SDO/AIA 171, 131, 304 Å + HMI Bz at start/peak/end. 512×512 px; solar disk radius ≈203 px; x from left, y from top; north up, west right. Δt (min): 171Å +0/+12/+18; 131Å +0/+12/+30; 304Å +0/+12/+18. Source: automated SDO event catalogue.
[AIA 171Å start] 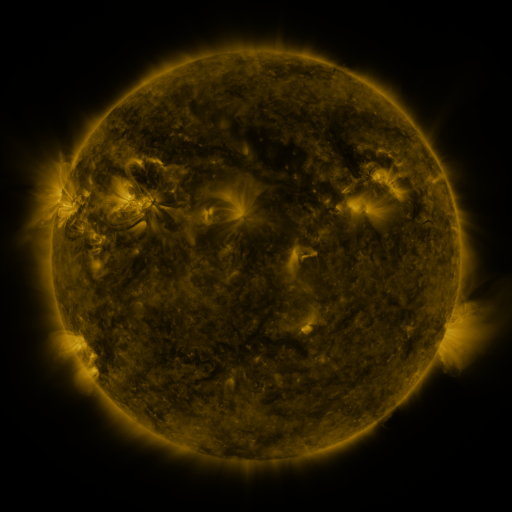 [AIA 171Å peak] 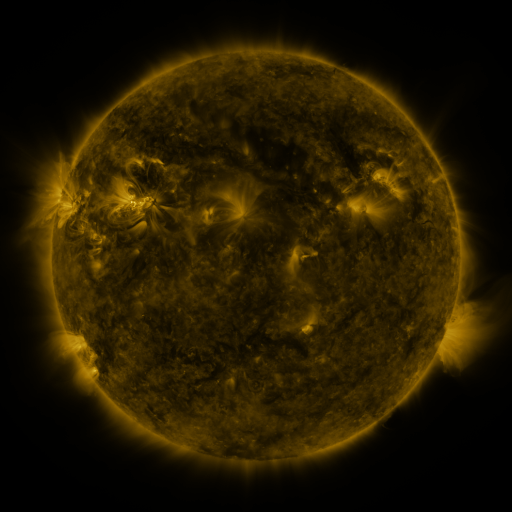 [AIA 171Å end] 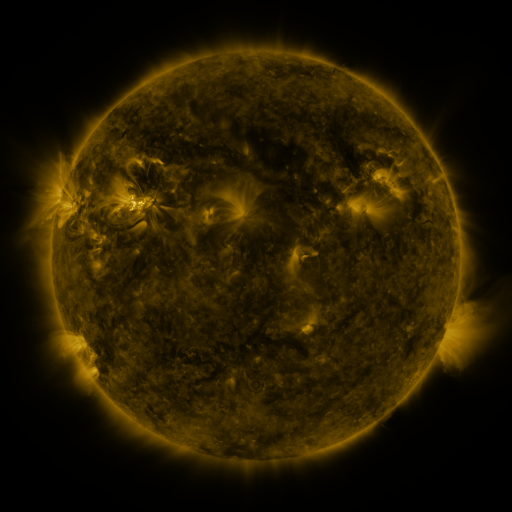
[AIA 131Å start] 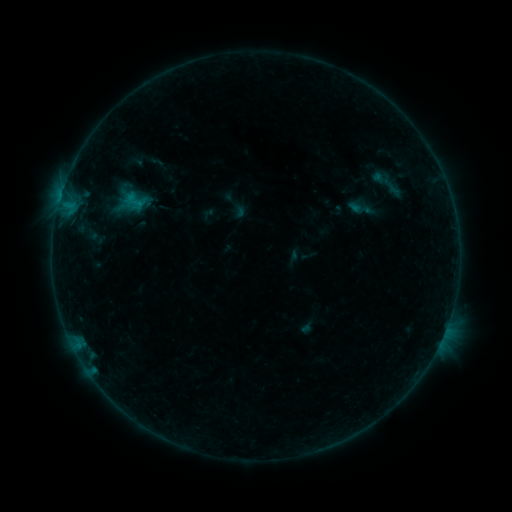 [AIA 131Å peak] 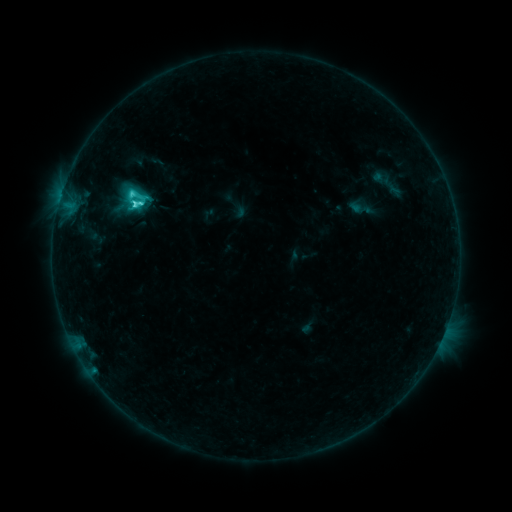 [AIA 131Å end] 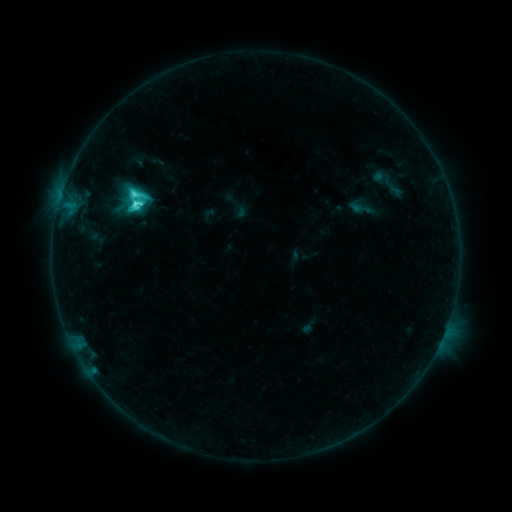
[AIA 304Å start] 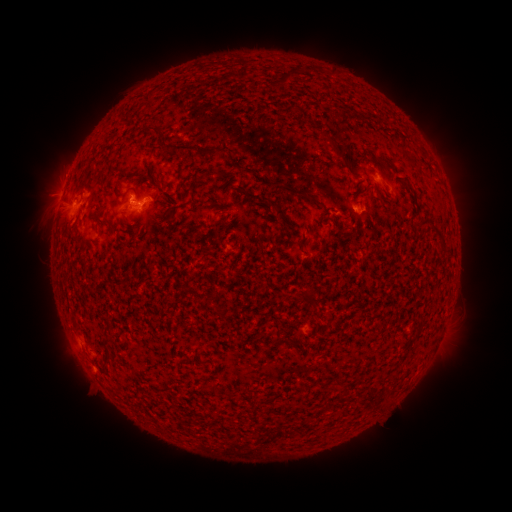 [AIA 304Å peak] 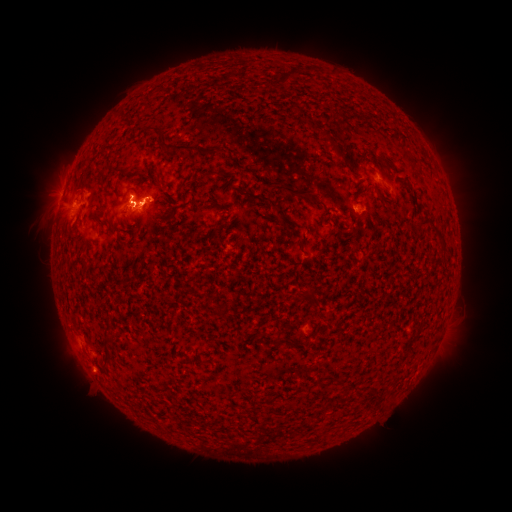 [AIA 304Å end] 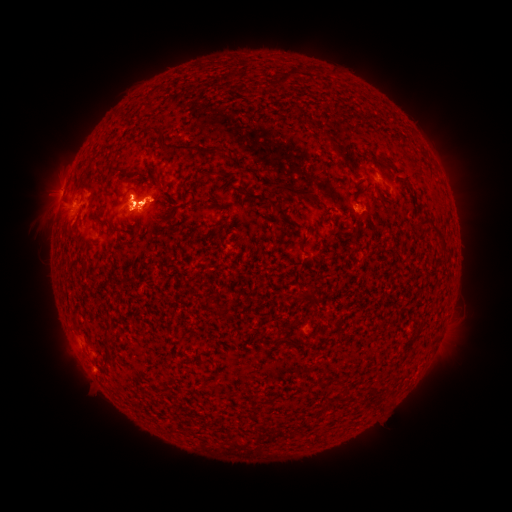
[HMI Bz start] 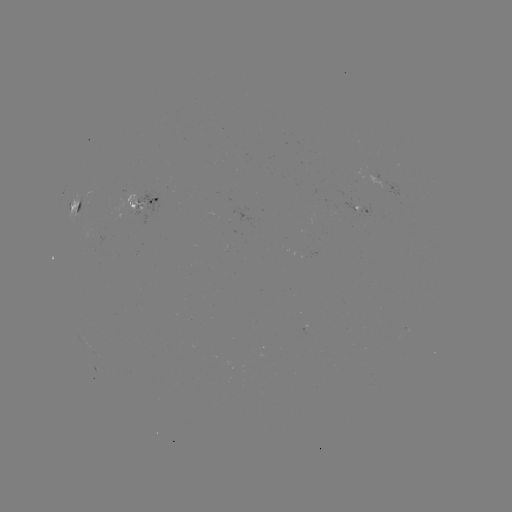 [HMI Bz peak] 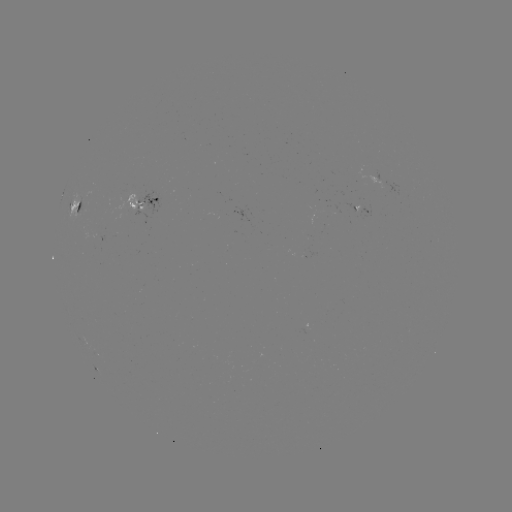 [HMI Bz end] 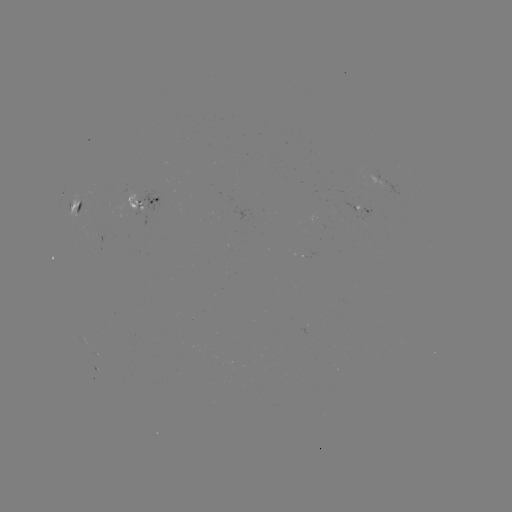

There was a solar flare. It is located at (137, 204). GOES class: M1.1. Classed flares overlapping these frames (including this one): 1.